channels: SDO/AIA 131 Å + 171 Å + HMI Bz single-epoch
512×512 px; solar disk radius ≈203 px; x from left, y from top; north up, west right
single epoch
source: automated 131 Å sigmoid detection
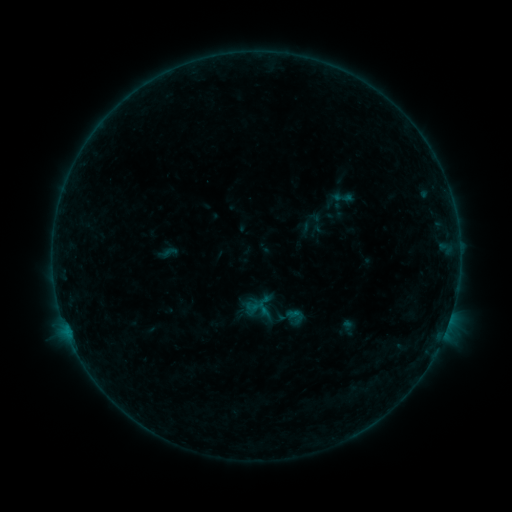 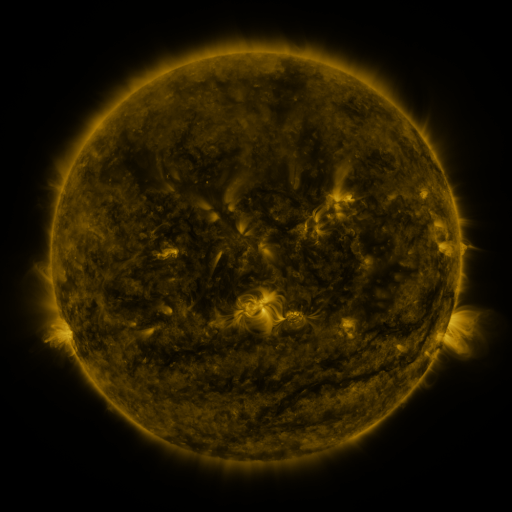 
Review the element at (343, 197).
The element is sigmoid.